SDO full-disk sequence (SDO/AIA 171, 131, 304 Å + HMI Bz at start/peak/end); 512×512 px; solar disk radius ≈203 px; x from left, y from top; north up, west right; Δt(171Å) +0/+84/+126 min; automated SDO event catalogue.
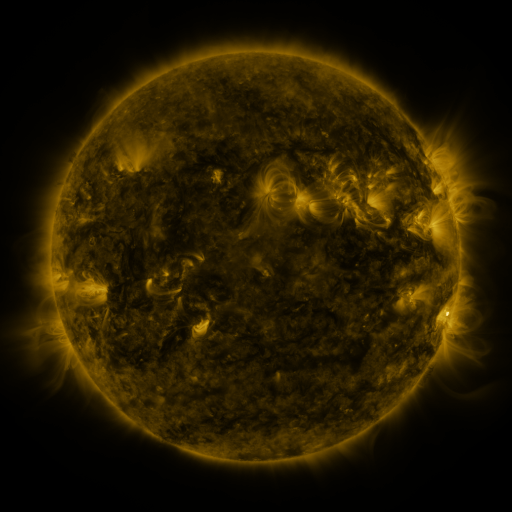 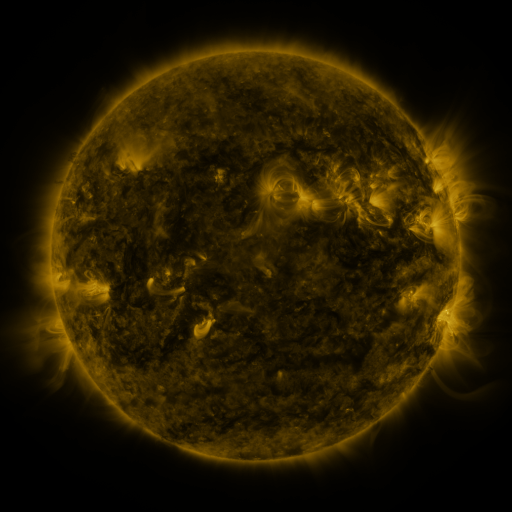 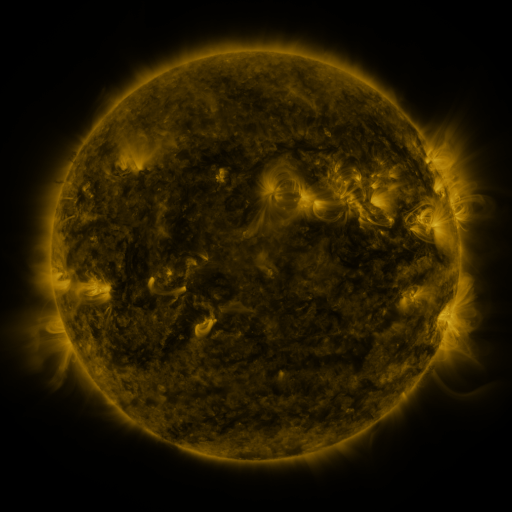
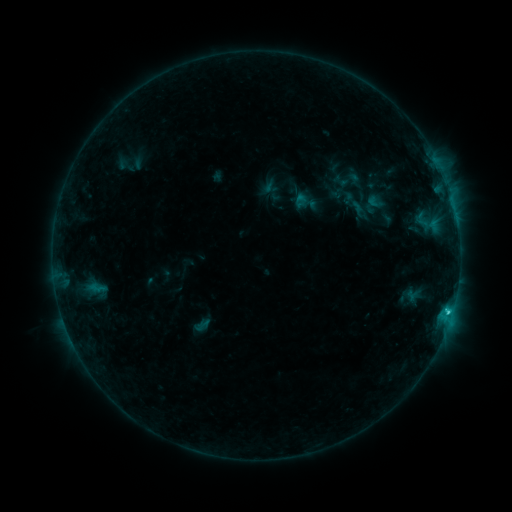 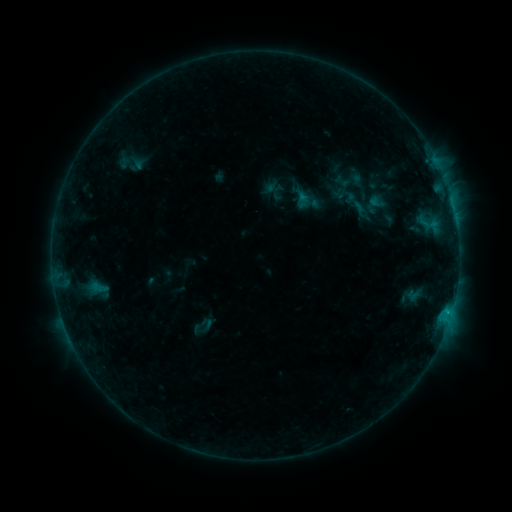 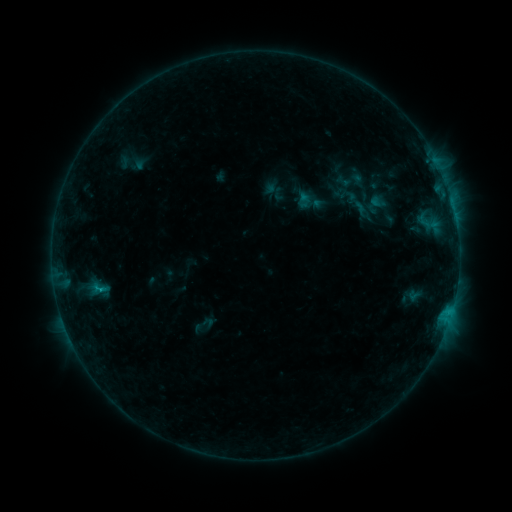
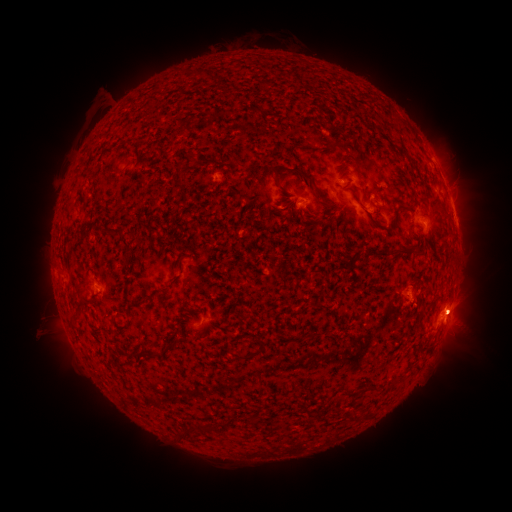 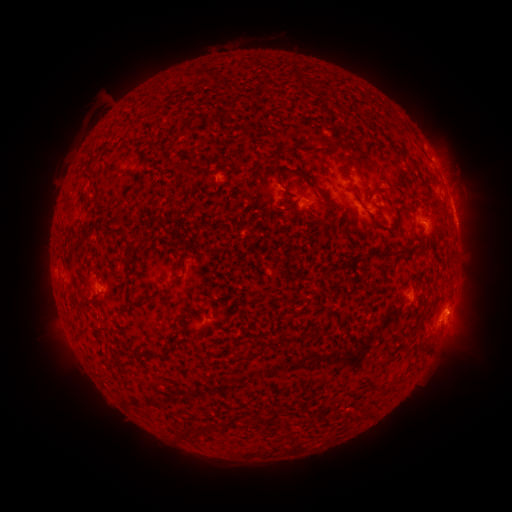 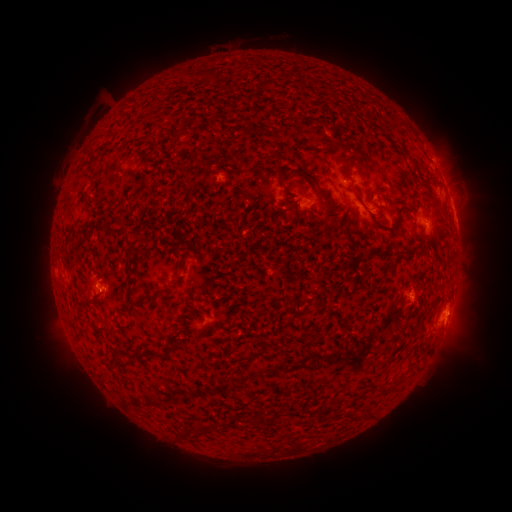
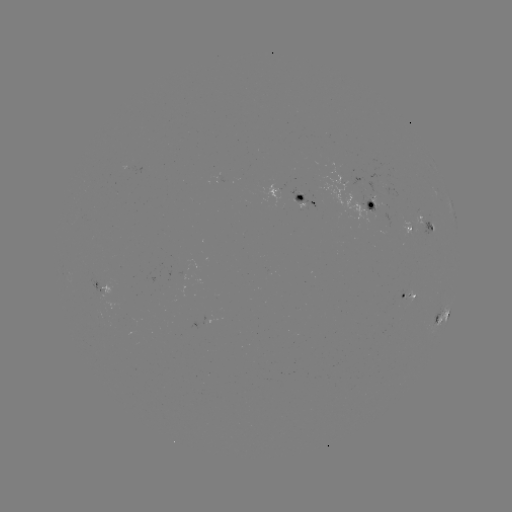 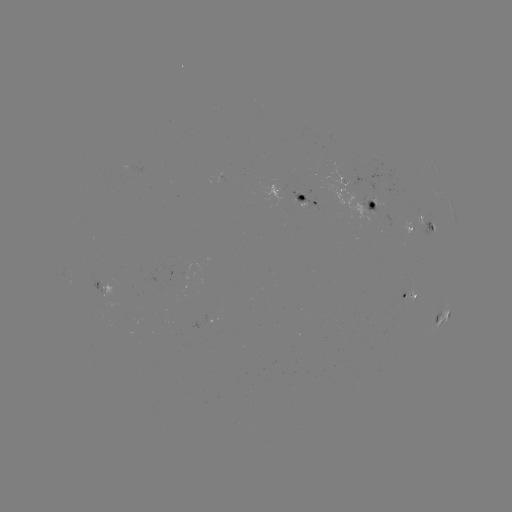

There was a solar emerging-flux region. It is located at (387, 223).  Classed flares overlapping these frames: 1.